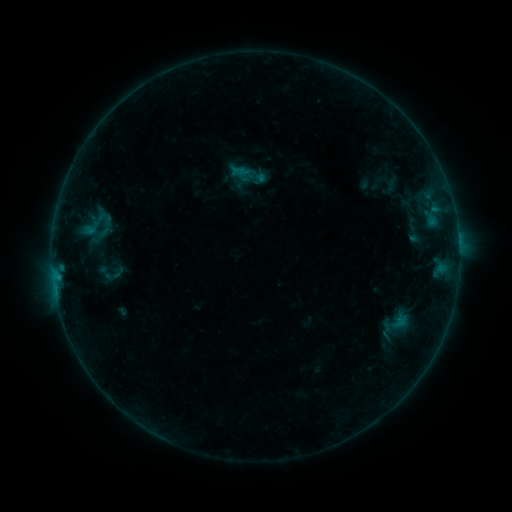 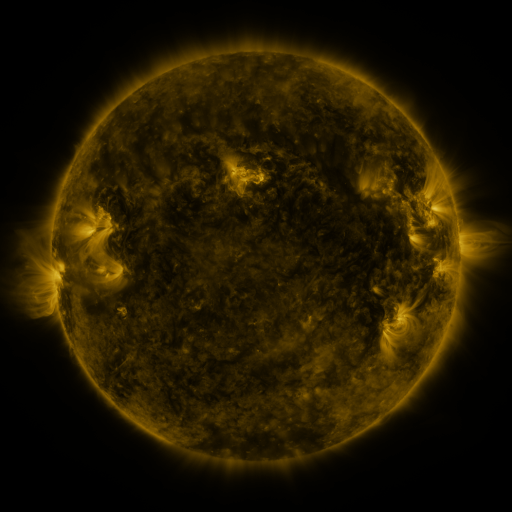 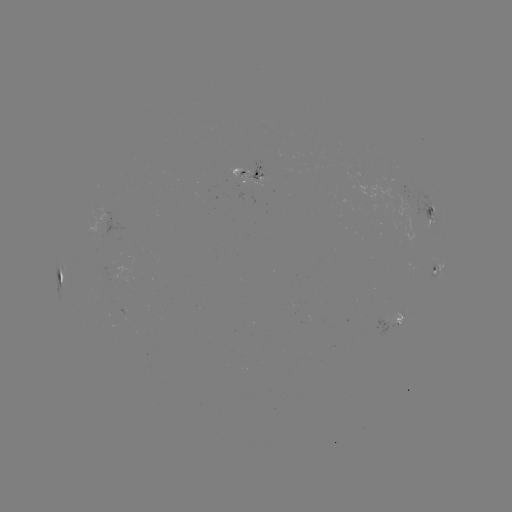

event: sigmoid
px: (96, 223)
